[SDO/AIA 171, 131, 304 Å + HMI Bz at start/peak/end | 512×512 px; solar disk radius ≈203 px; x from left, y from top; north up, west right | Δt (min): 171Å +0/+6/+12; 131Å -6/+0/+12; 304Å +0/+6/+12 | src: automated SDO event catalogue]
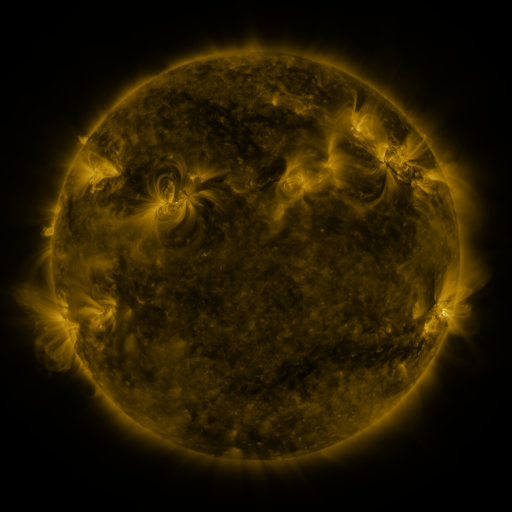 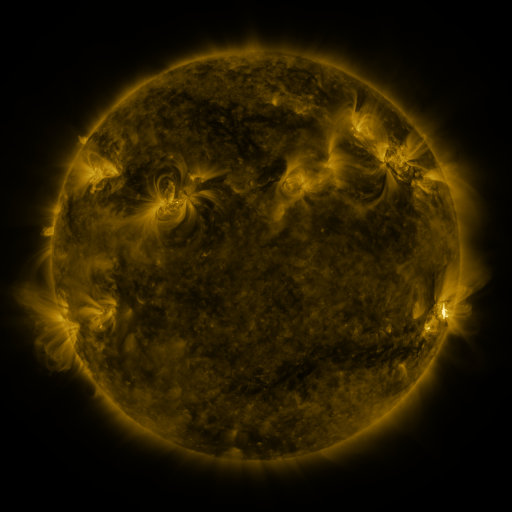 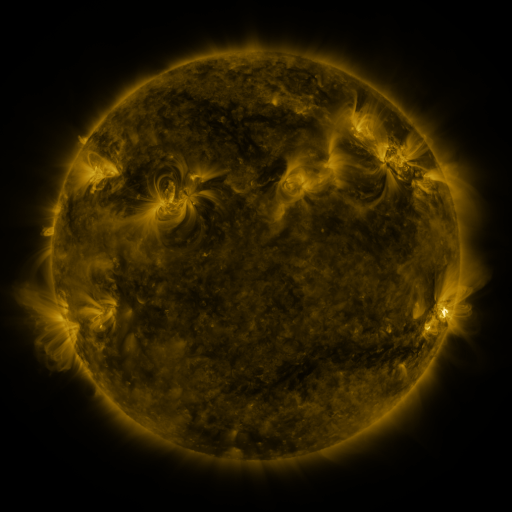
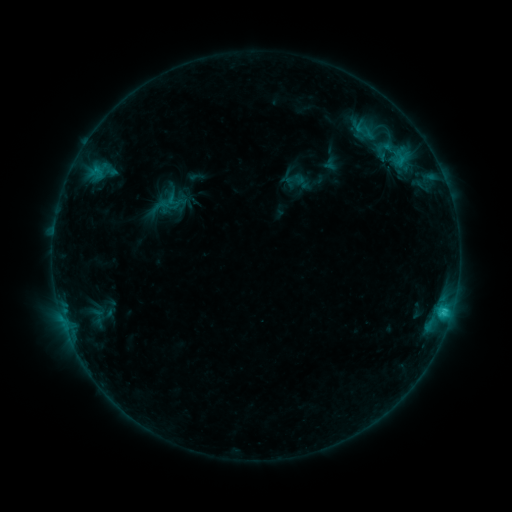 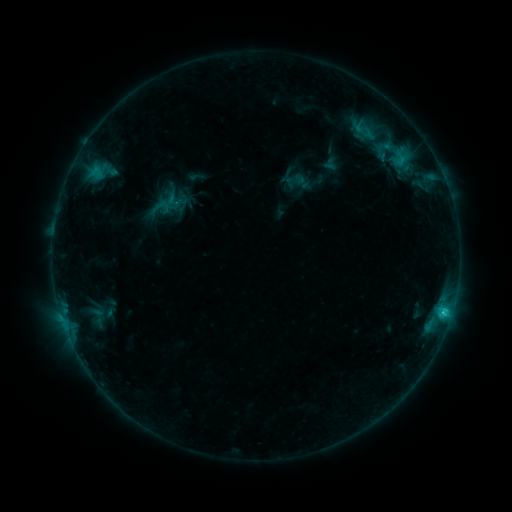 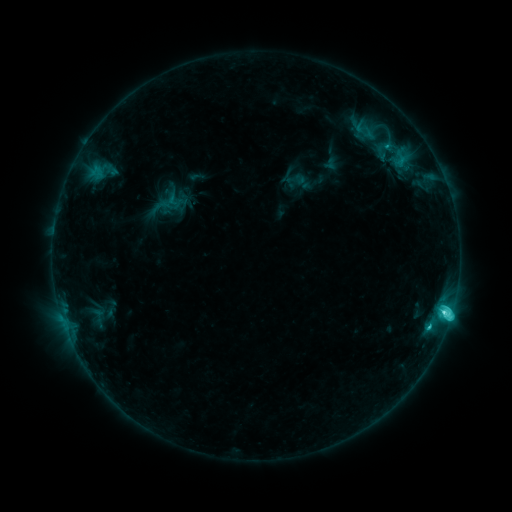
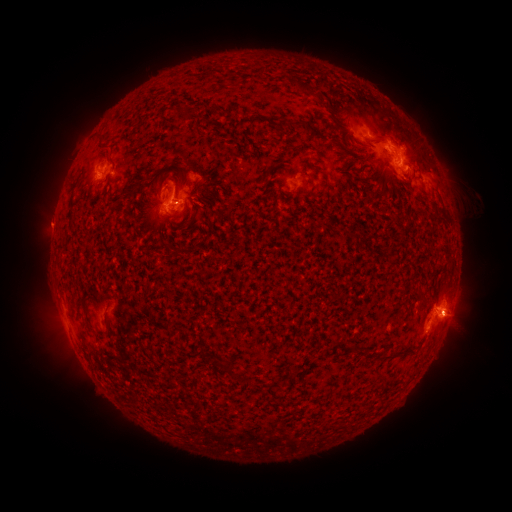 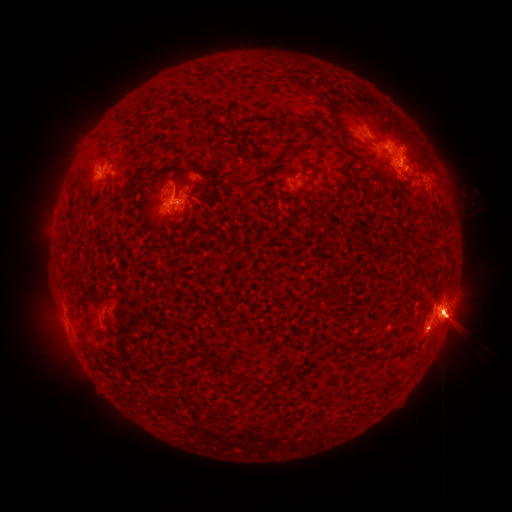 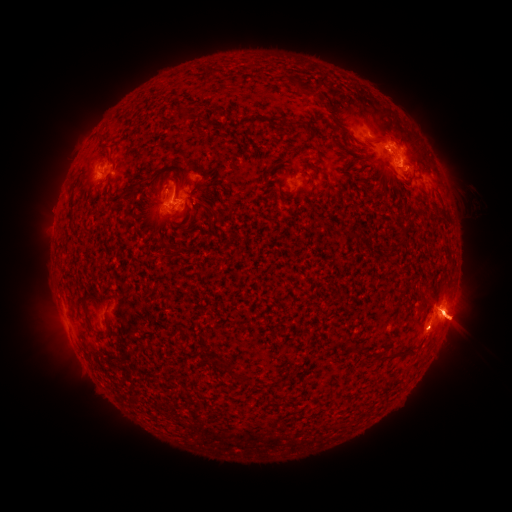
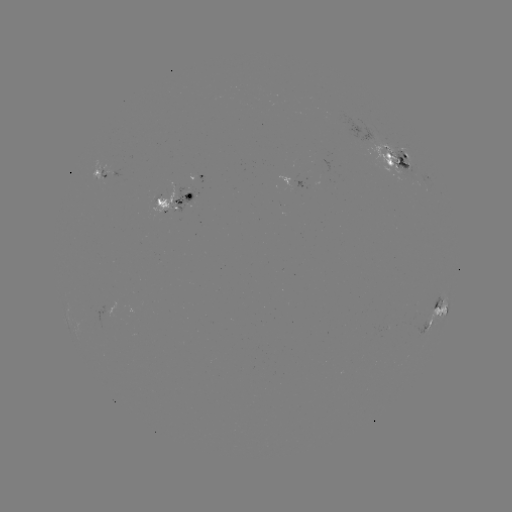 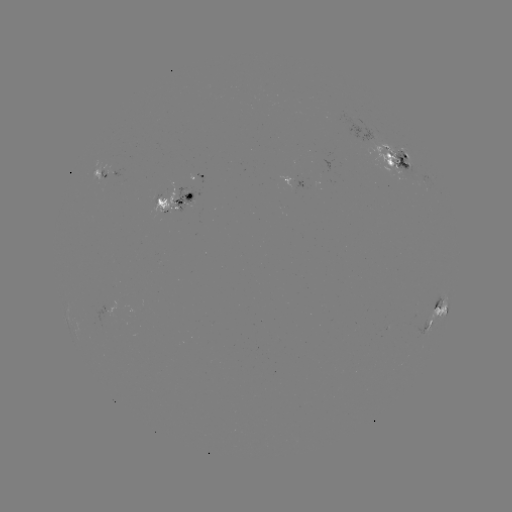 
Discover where M1.5 flare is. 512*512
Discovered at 442,312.